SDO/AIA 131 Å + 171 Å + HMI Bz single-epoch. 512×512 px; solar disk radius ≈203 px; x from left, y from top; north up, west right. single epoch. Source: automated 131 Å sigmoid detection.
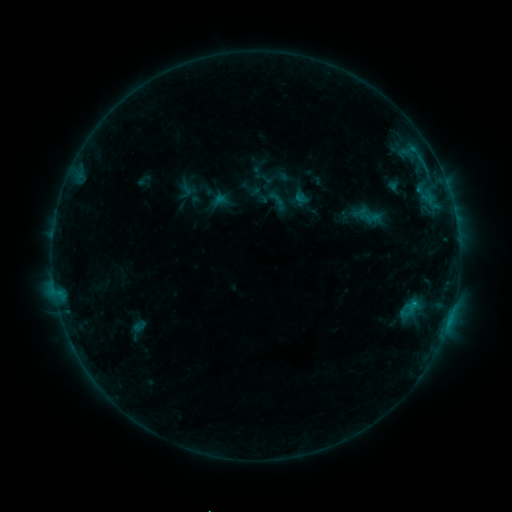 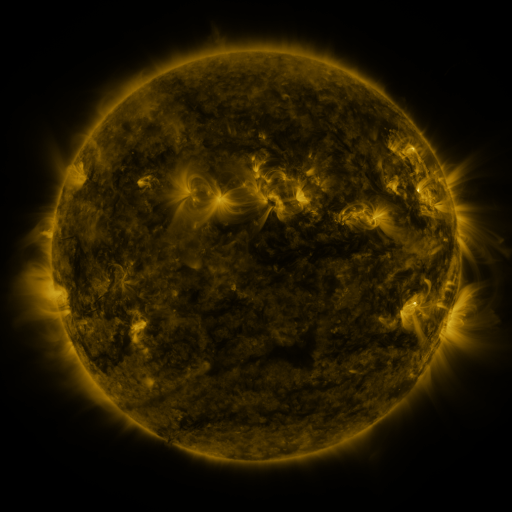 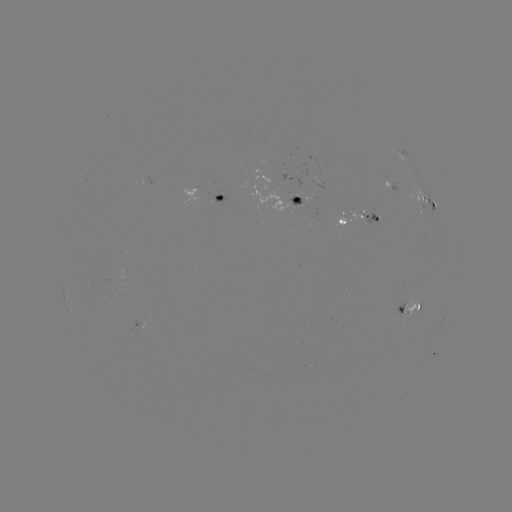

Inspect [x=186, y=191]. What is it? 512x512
sigmoid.